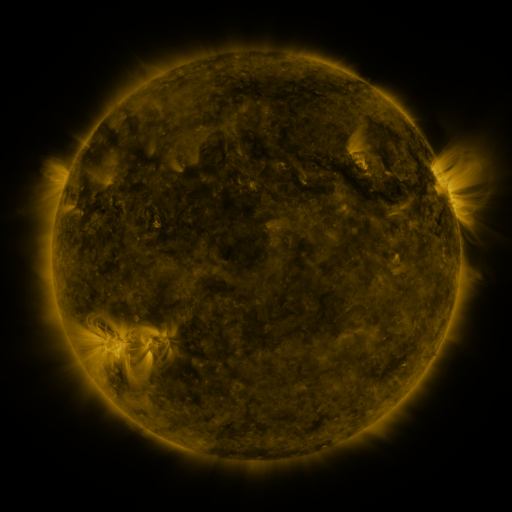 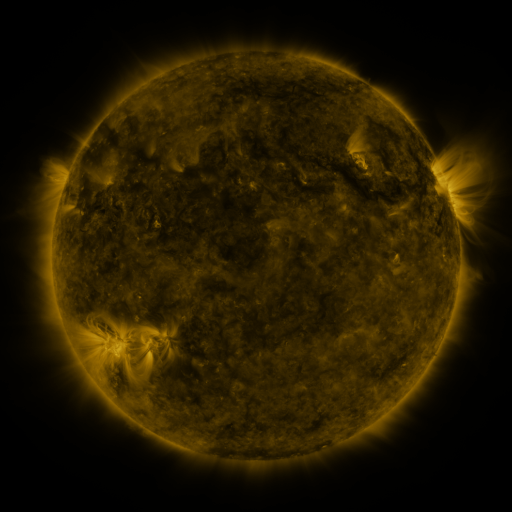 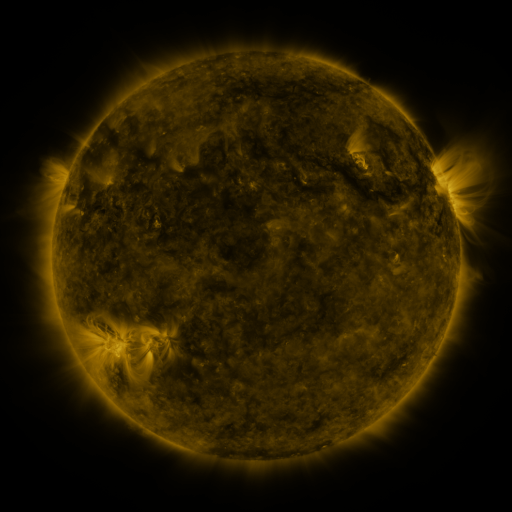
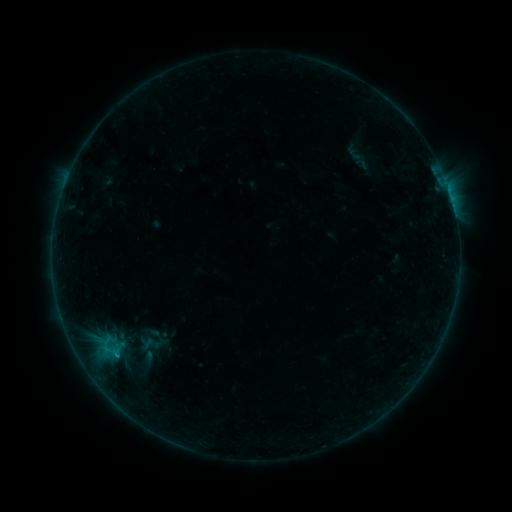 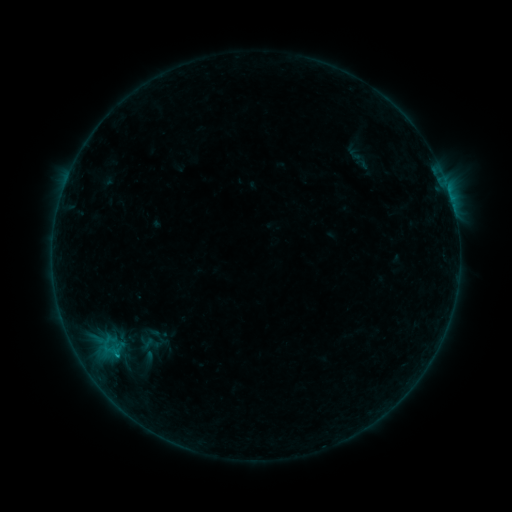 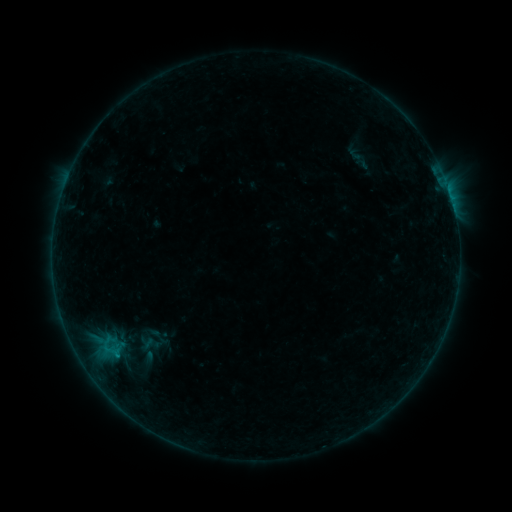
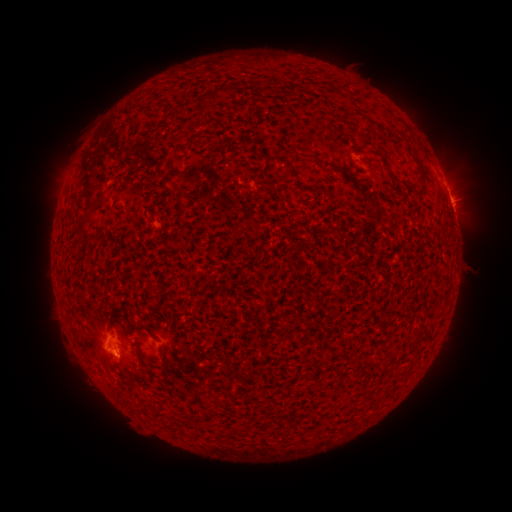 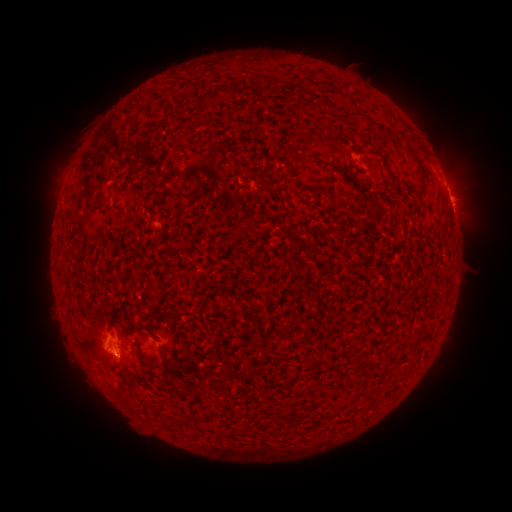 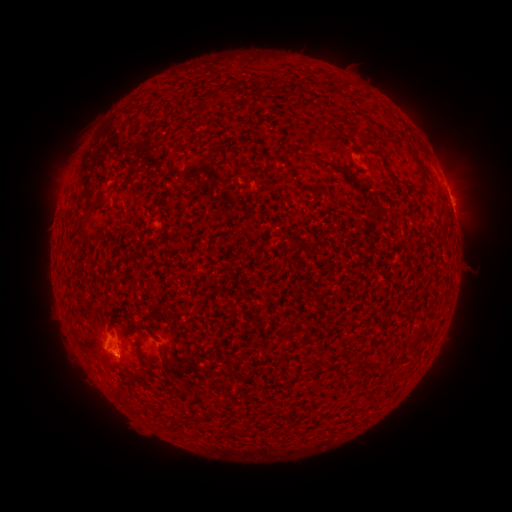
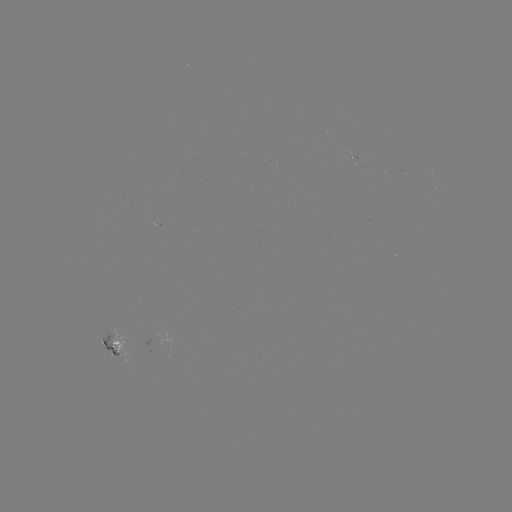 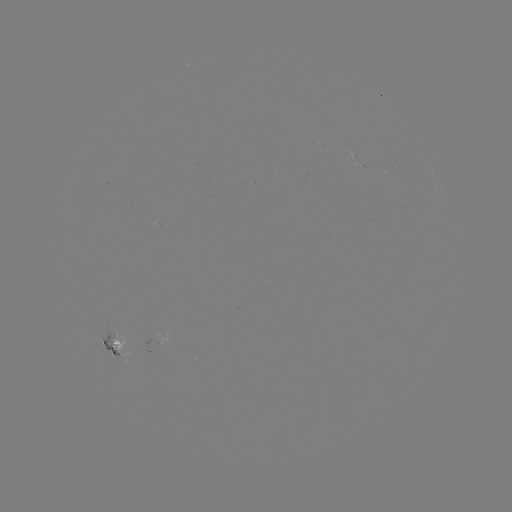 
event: flare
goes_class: B4.6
